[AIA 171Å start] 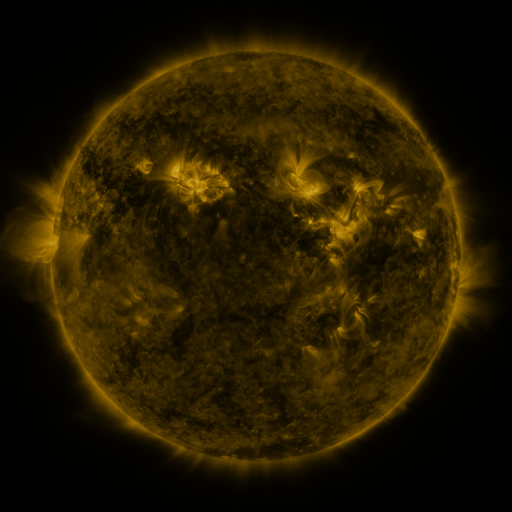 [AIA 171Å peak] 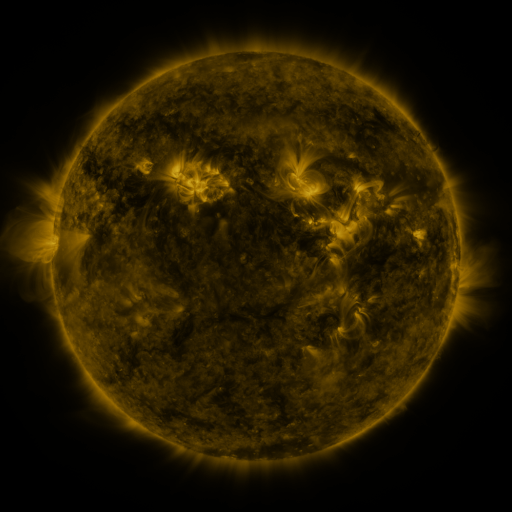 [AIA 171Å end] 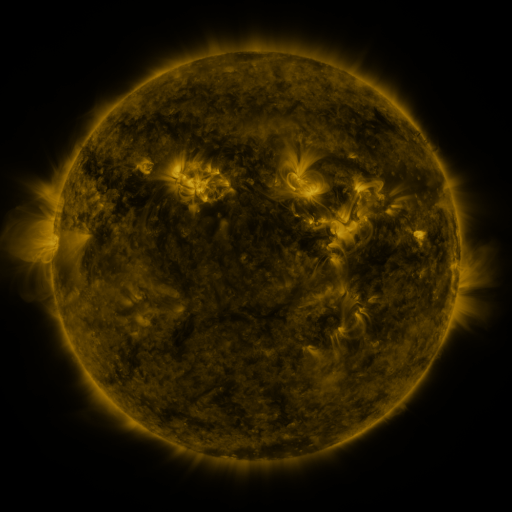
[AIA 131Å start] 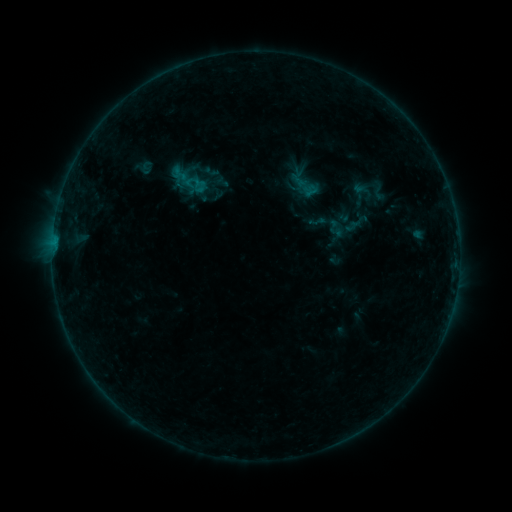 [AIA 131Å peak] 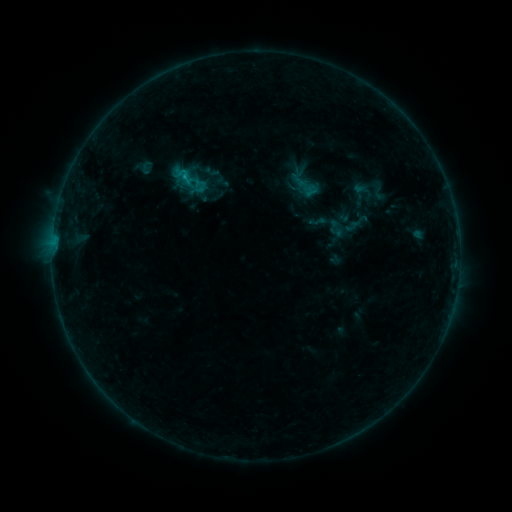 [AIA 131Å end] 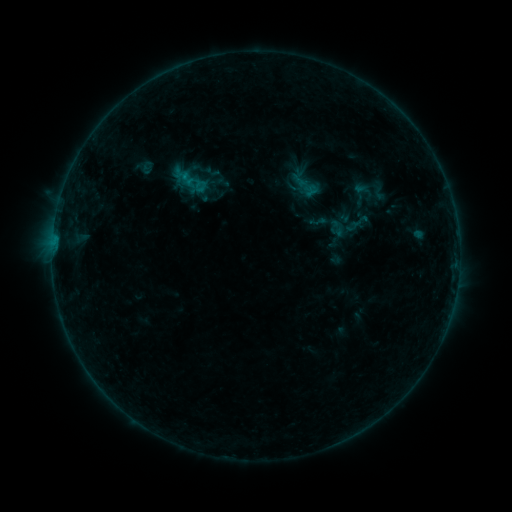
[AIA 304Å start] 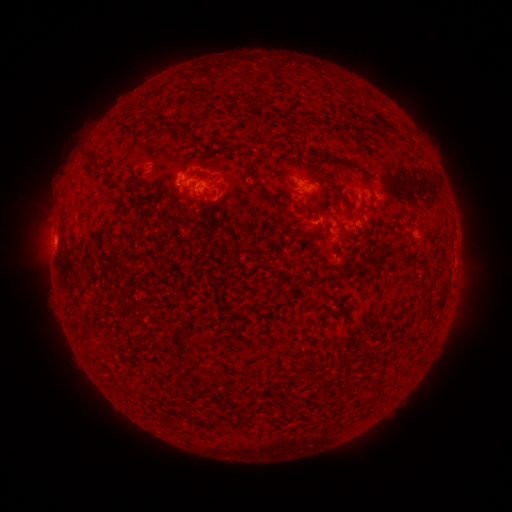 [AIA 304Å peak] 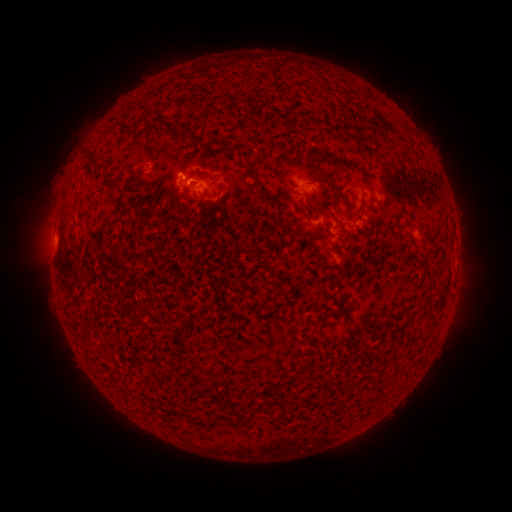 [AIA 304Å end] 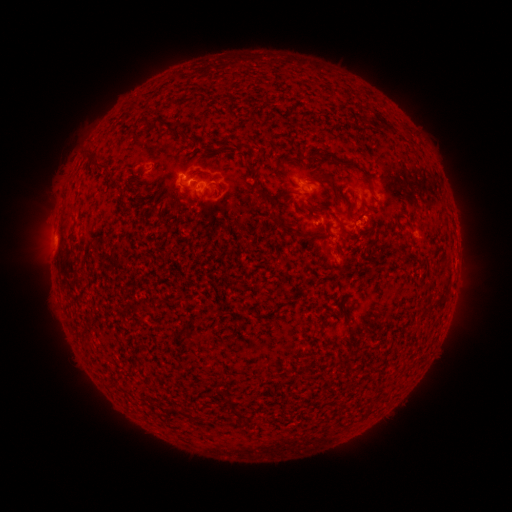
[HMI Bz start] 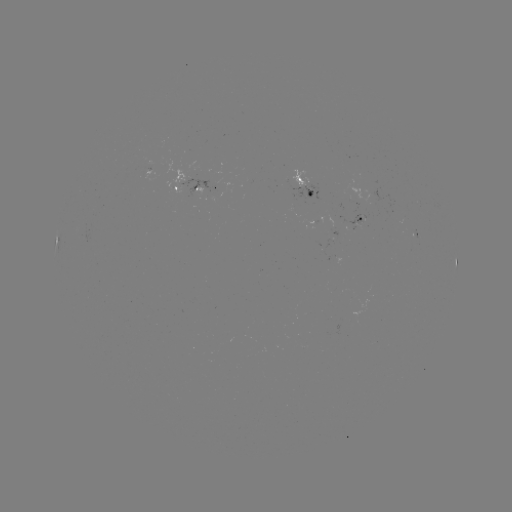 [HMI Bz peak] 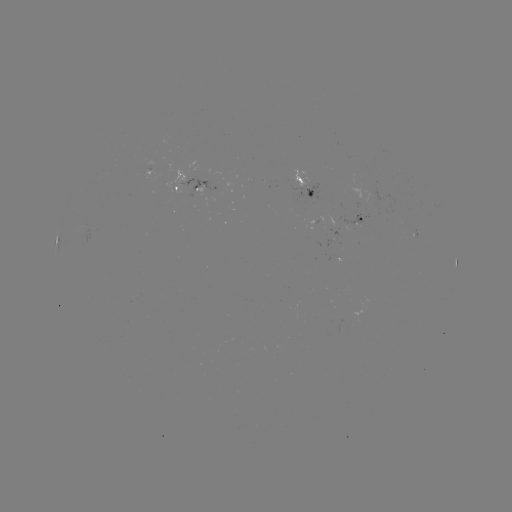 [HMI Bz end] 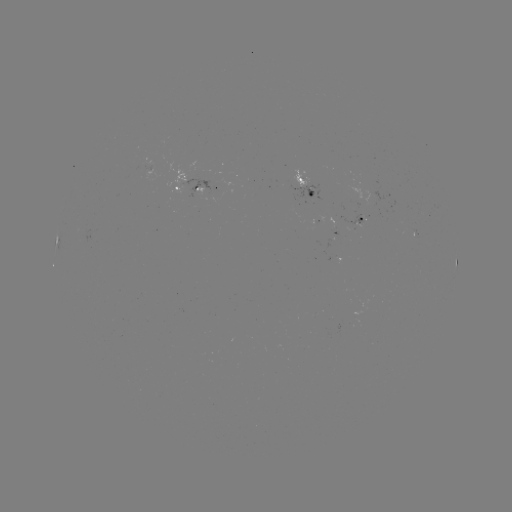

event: flare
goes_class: B4.5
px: (186, 177)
